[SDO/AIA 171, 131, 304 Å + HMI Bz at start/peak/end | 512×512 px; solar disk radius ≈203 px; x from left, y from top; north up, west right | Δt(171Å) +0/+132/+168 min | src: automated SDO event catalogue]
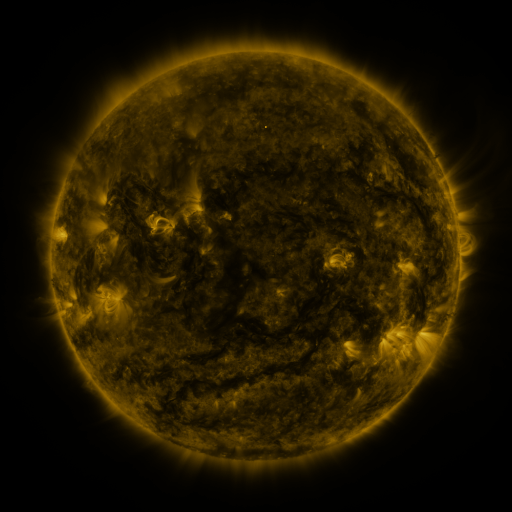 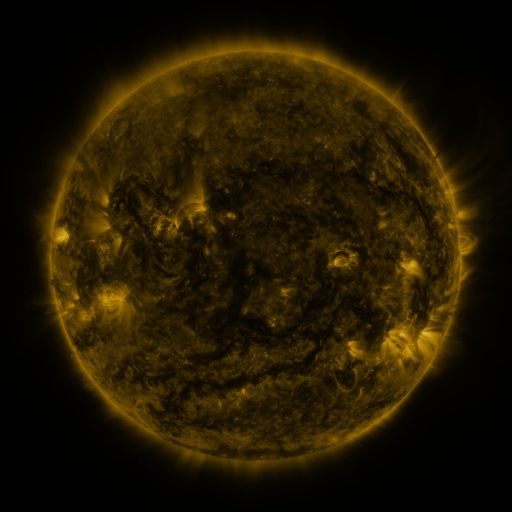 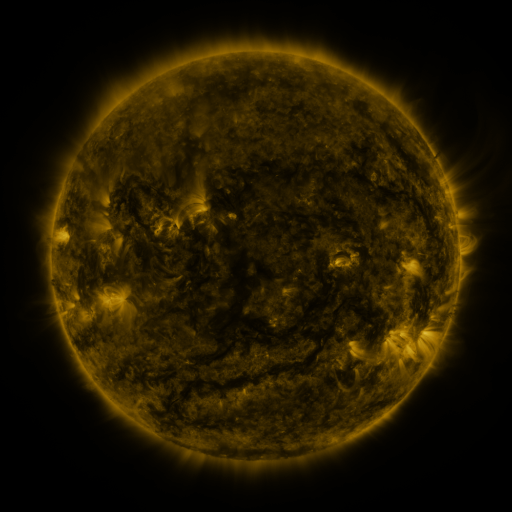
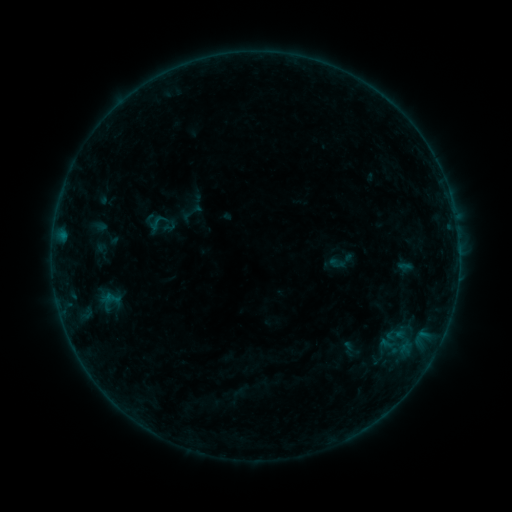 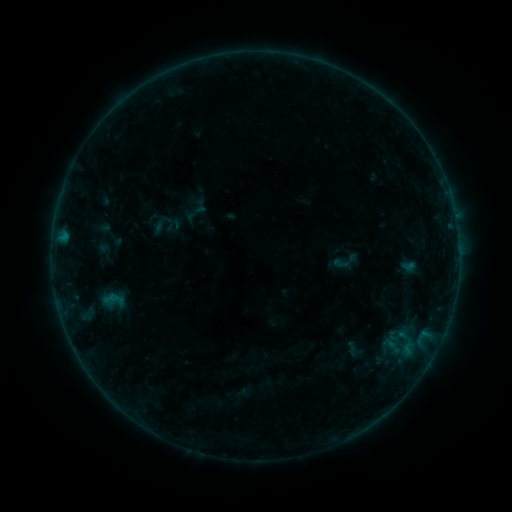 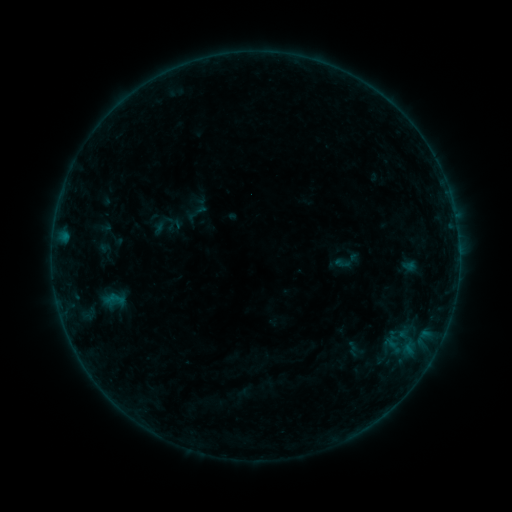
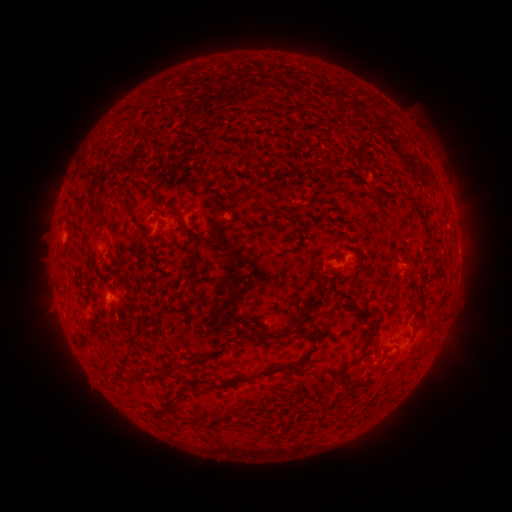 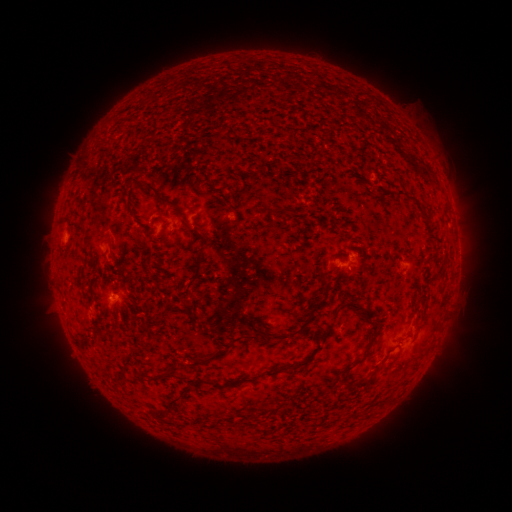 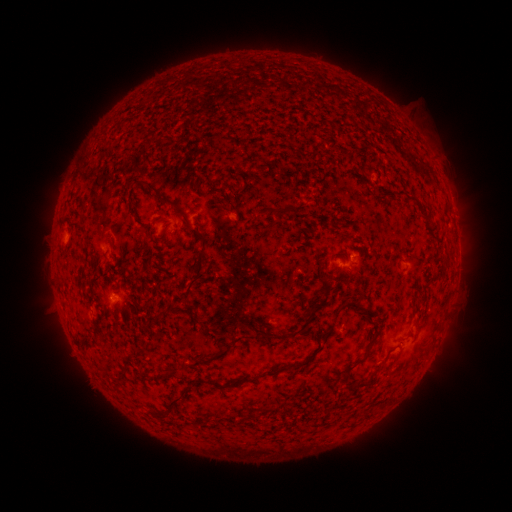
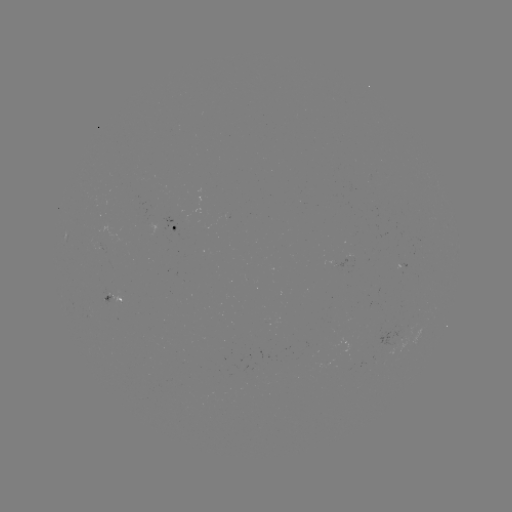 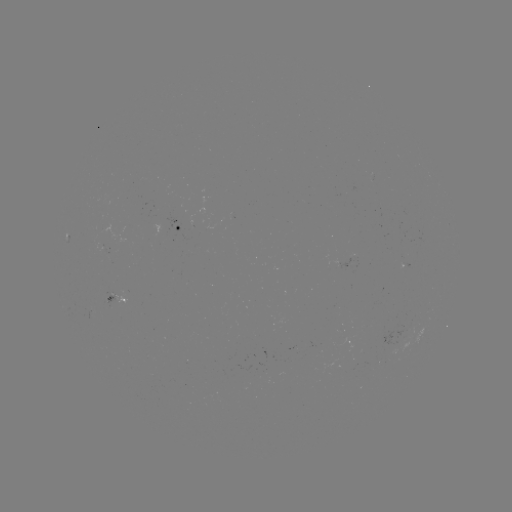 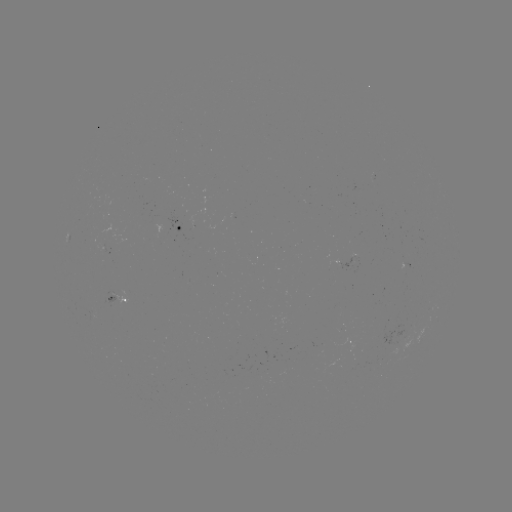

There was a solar emerging-flux region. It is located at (402, 261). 